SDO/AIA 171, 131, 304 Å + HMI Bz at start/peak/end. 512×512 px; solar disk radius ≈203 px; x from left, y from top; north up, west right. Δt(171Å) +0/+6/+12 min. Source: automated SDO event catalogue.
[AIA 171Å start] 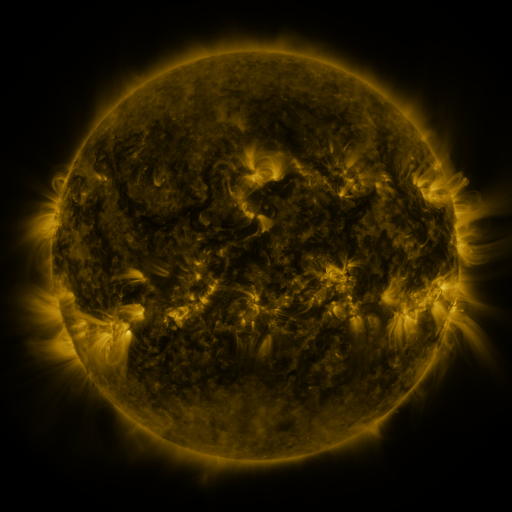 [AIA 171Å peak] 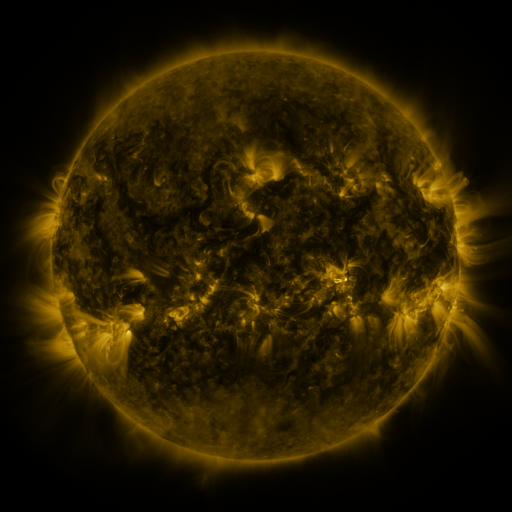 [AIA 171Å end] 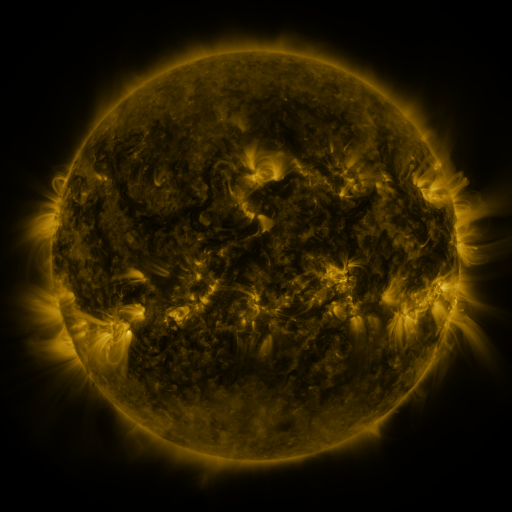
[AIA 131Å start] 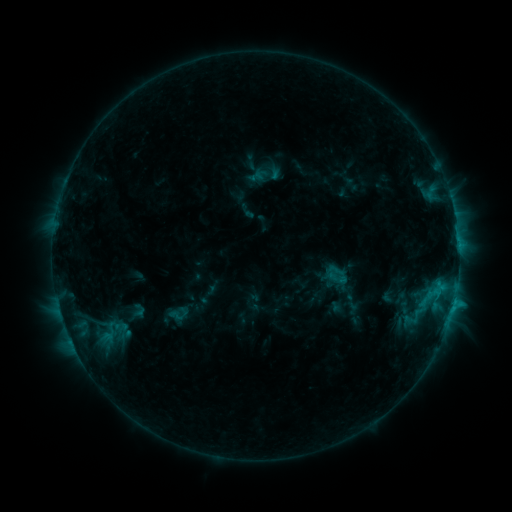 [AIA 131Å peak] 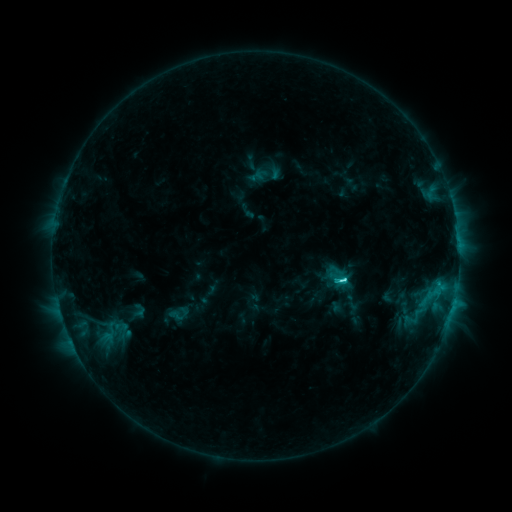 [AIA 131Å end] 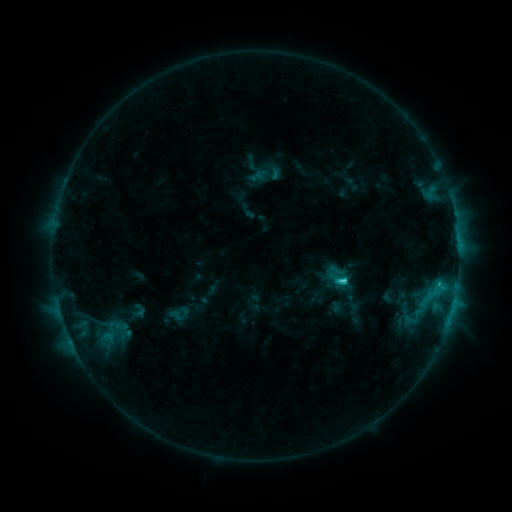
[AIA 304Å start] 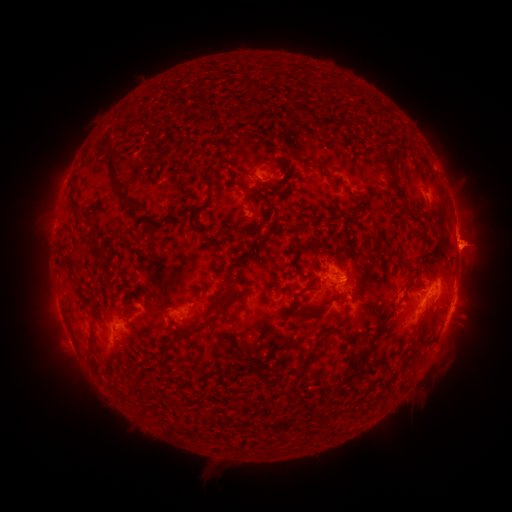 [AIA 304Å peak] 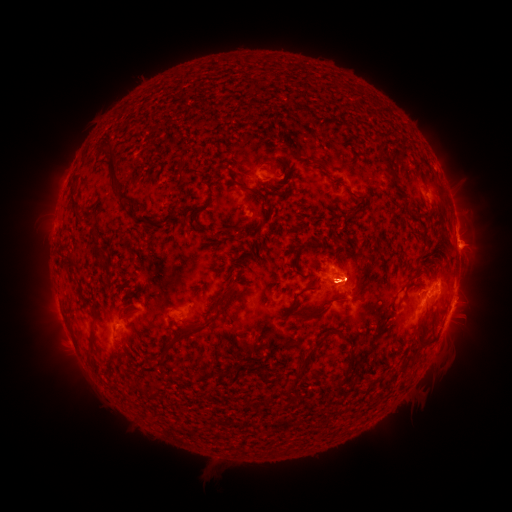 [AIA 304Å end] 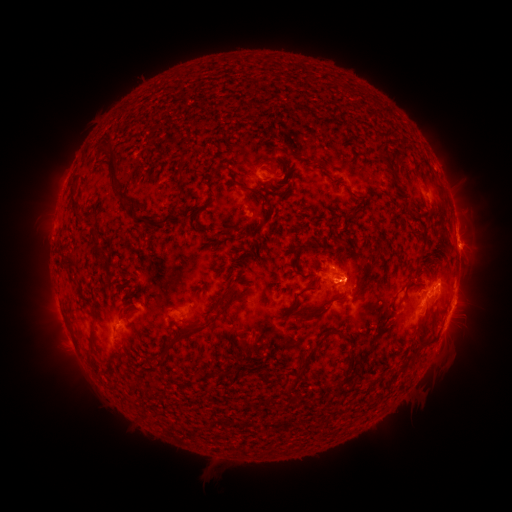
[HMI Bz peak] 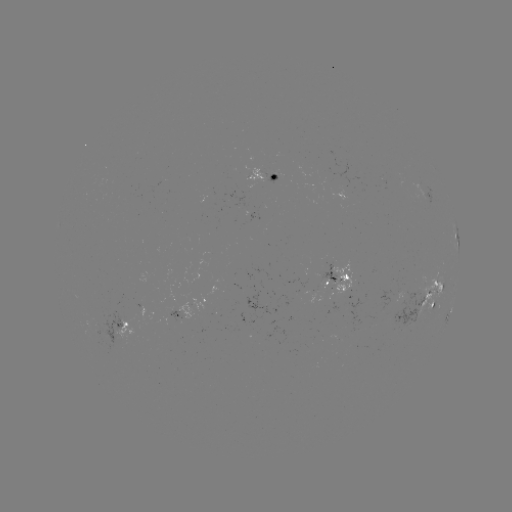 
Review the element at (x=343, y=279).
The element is C3.8 flare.